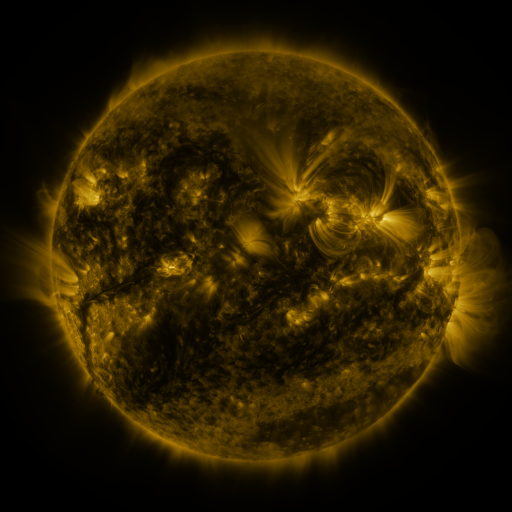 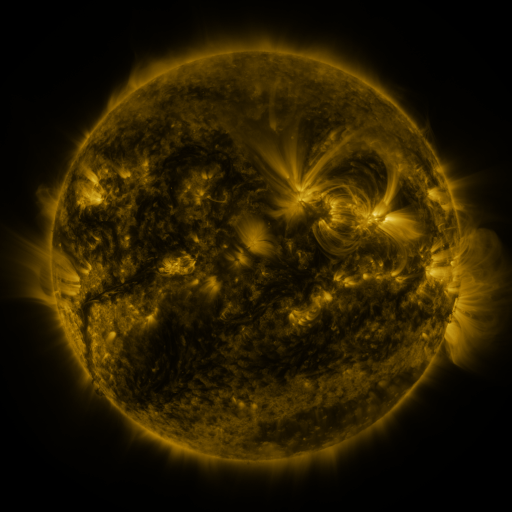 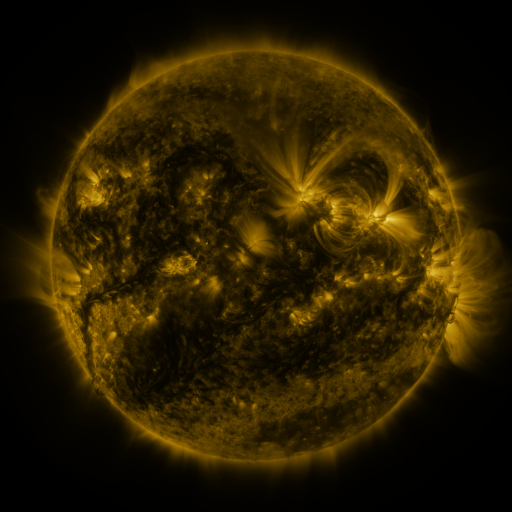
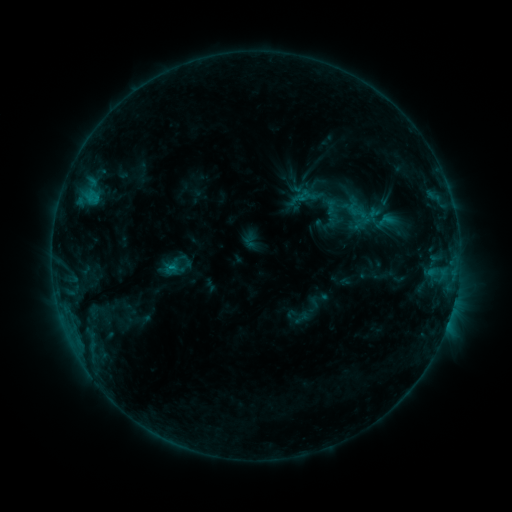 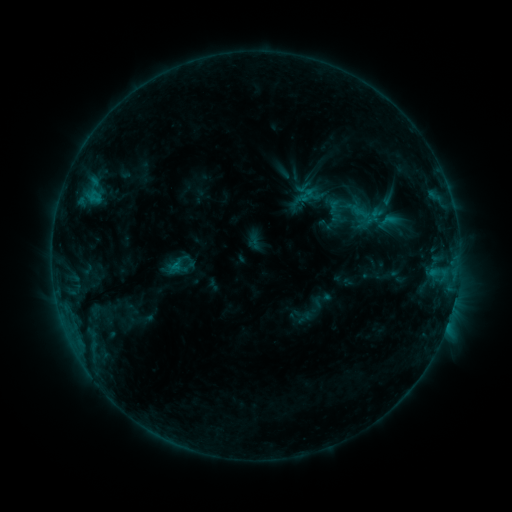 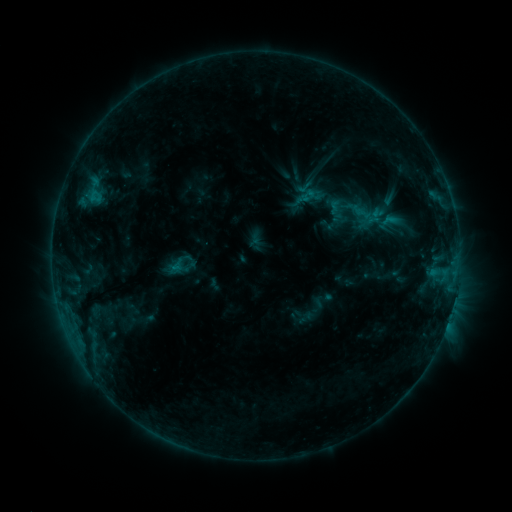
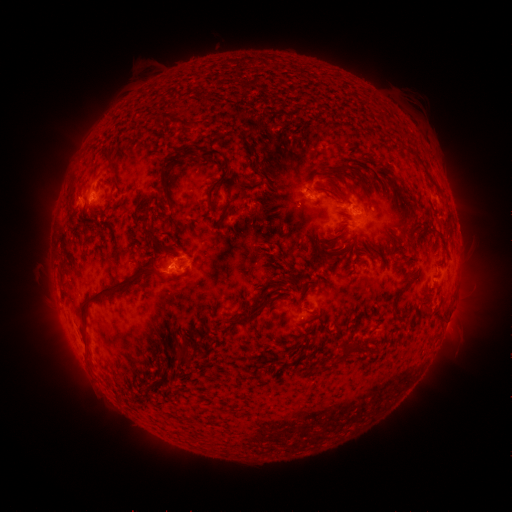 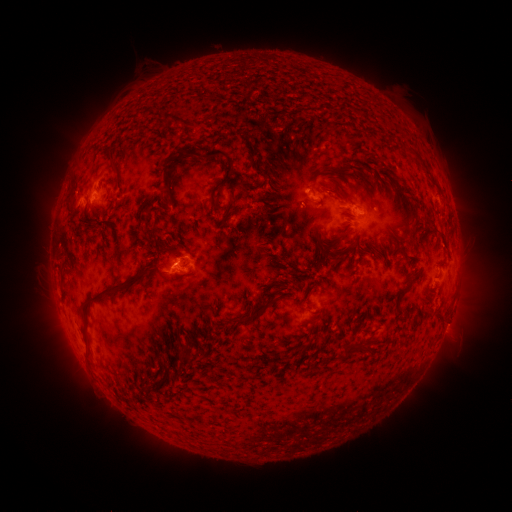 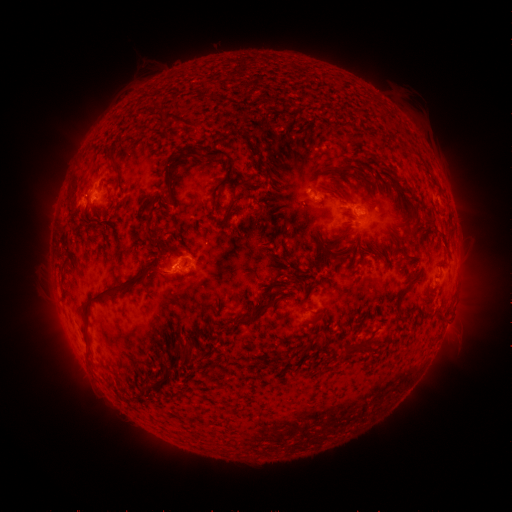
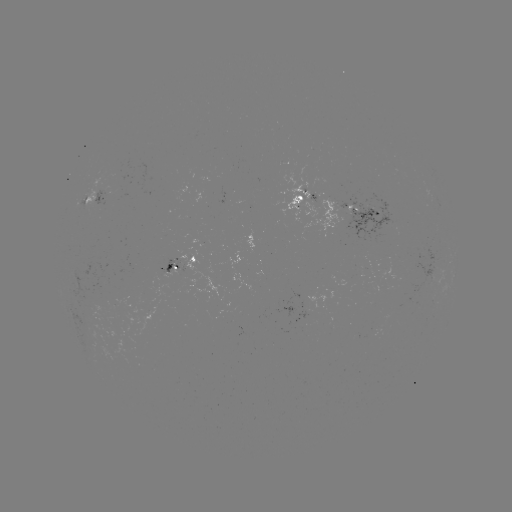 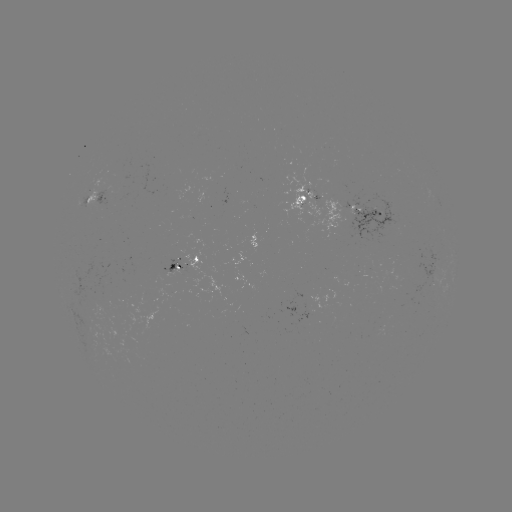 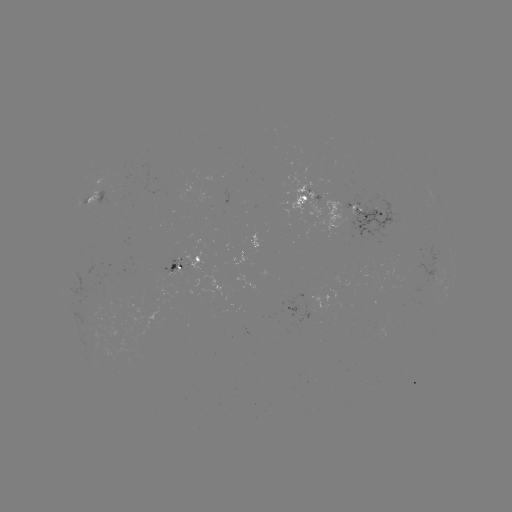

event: emerging-flux region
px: (300, 321)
